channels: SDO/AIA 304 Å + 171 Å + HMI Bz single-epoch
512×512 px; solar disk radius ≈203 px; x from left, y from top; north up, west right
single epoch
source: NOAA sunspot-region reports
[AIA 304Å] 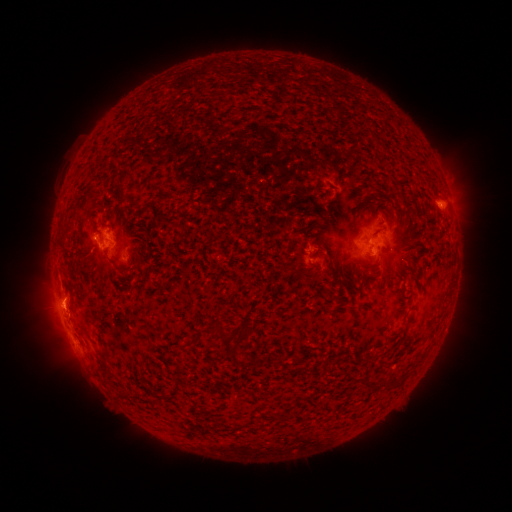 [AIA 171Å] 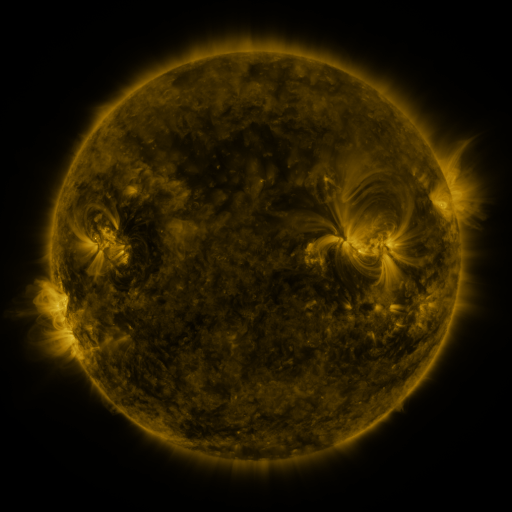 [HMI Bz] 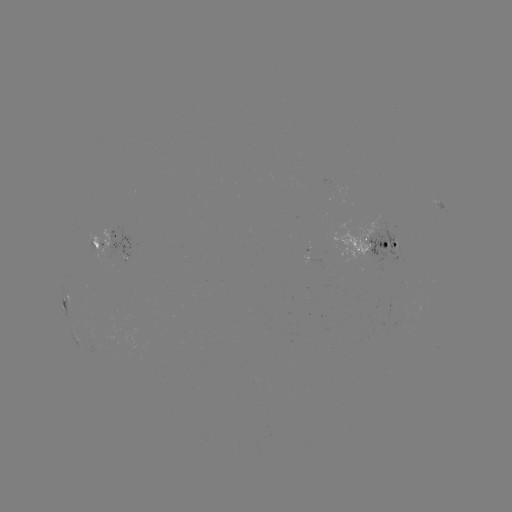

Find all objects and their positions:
spotted active region: (440, 204)
spotted active region: (377, 241)
spotted active region: (112, 244)
spotted active region: (308, 254)
spotted active region: (66, 302)
